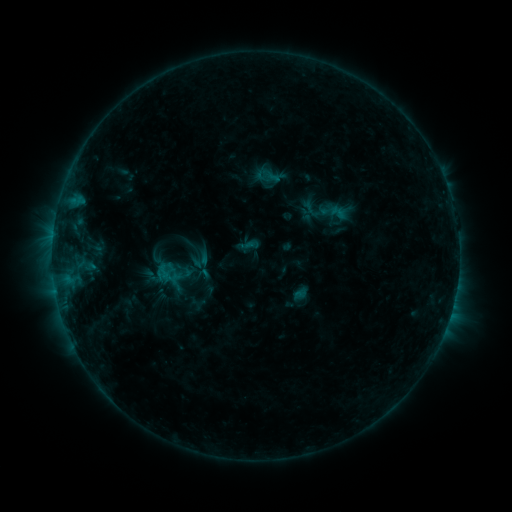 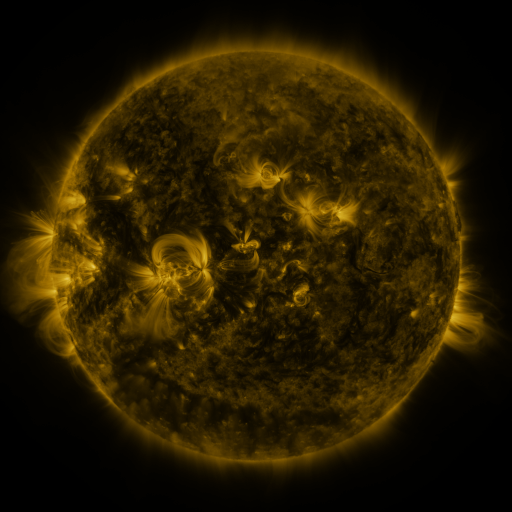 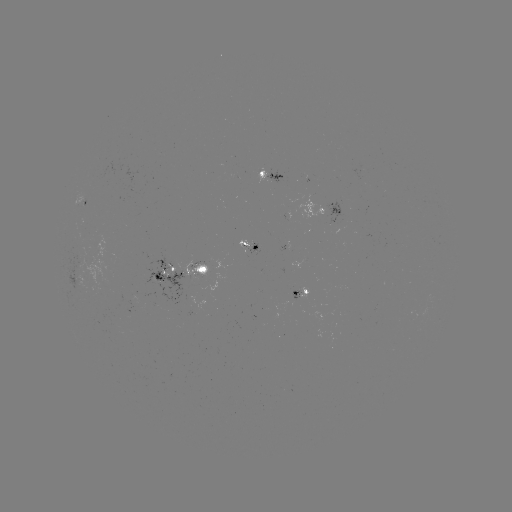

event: sigmoid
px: (311, 209)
